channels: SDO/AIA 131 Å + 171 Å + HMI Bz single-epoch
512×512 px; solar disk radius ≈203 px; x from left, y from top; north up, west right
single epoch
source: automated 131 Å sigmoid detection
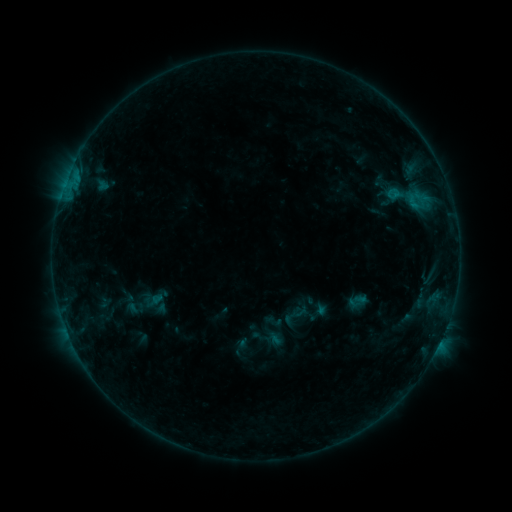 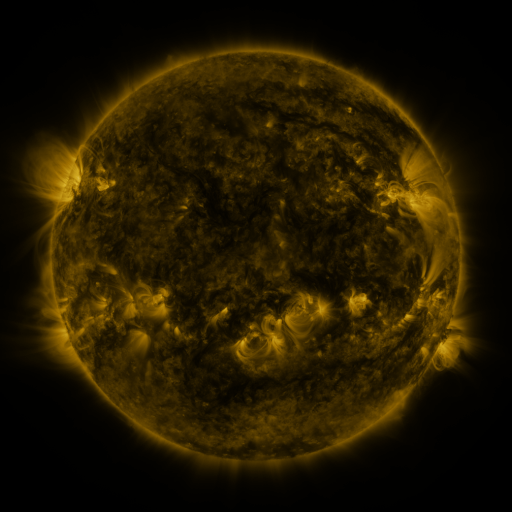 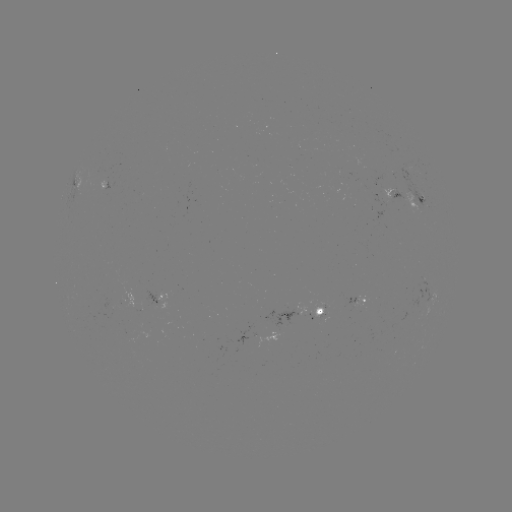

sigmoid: <bbox>367, 156, 447, 231</bbox>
